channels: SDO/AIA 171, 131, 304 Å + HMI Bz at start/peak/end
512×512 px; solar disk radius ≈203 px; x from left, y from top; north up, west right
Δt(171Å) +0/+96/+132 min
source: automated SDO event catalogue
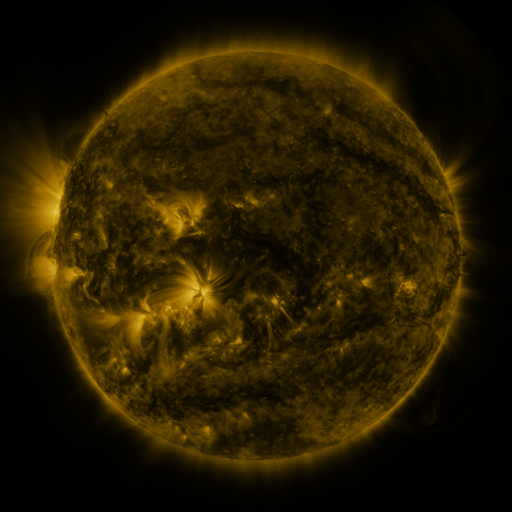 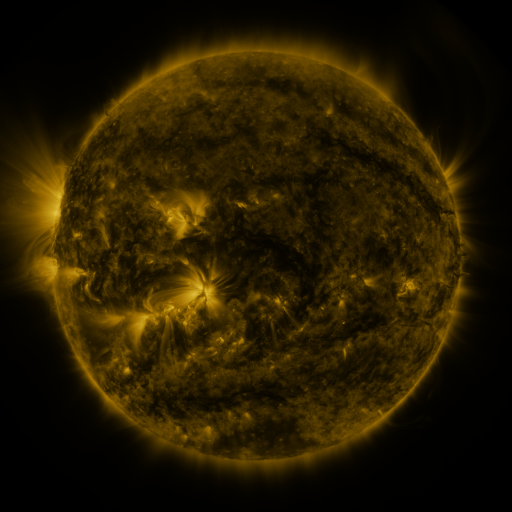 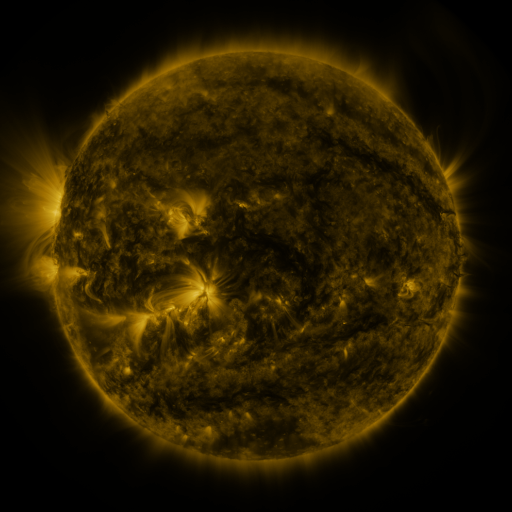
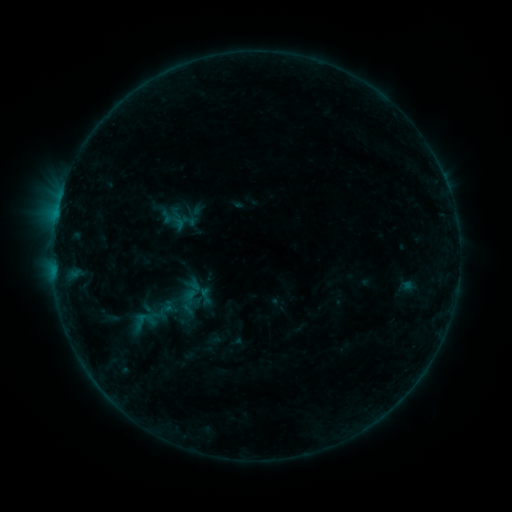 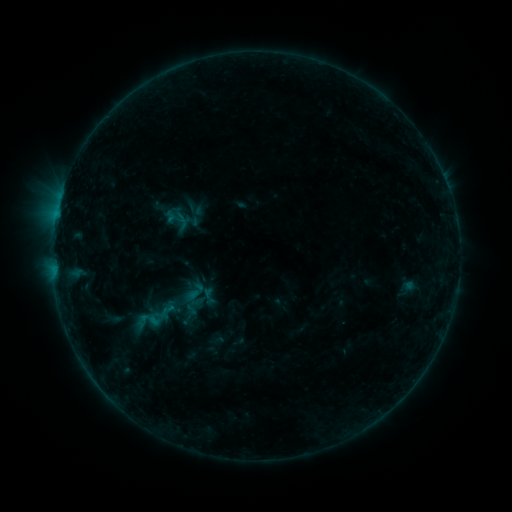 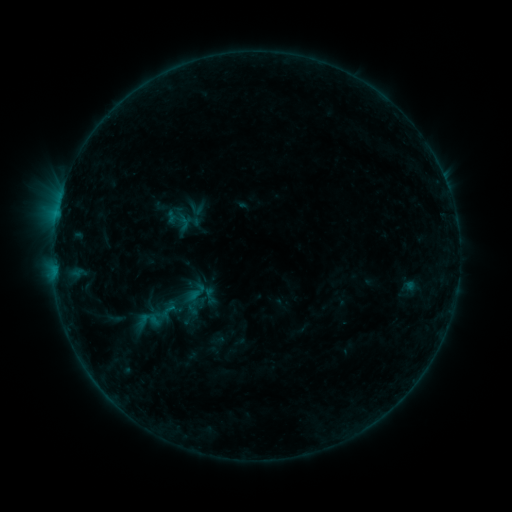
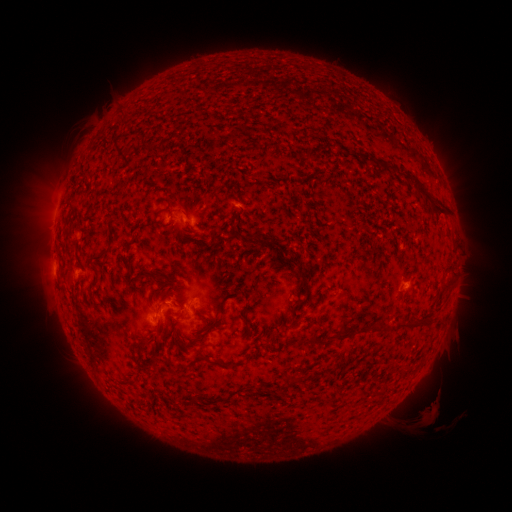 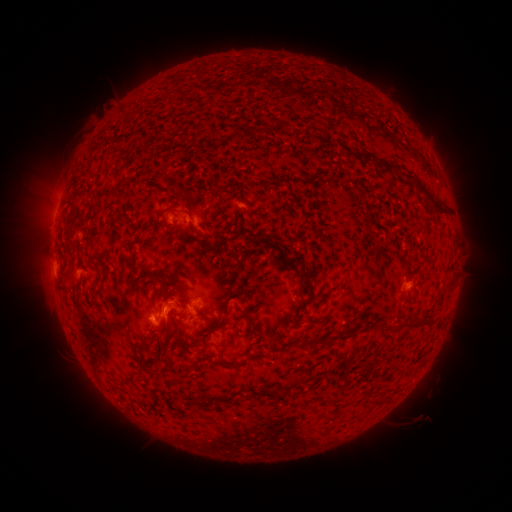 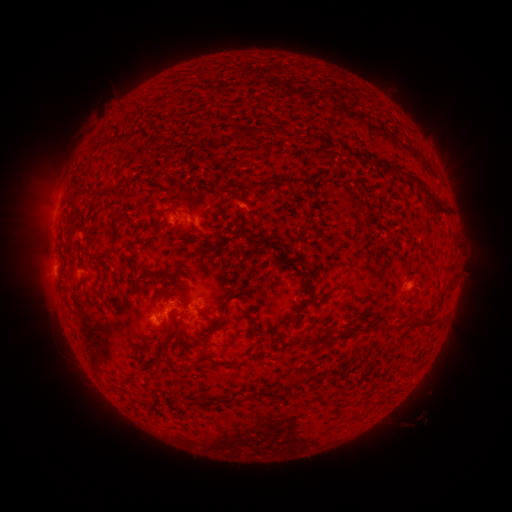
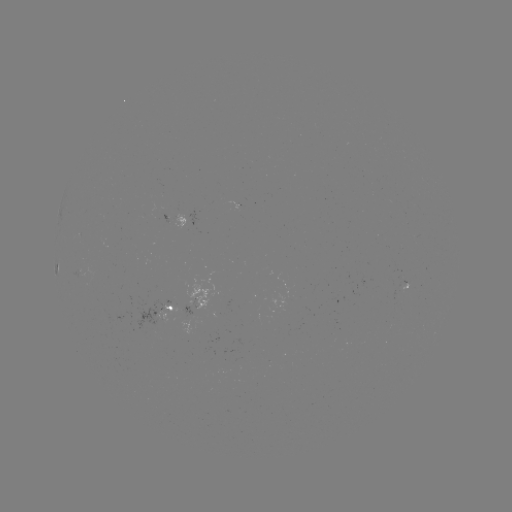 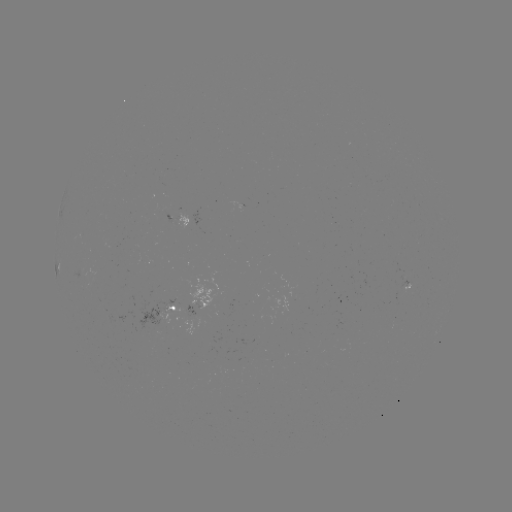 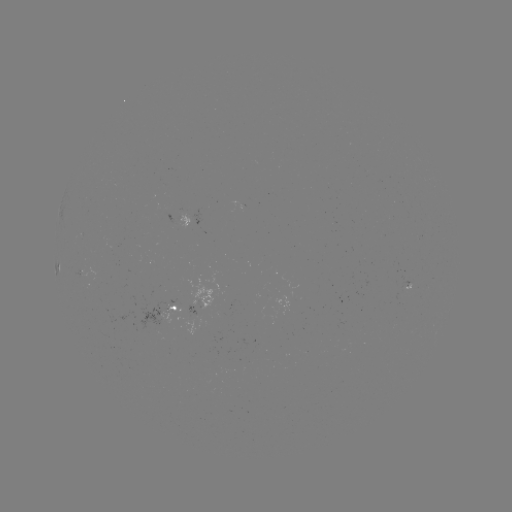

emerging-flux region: (160, 211, 172, 224)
